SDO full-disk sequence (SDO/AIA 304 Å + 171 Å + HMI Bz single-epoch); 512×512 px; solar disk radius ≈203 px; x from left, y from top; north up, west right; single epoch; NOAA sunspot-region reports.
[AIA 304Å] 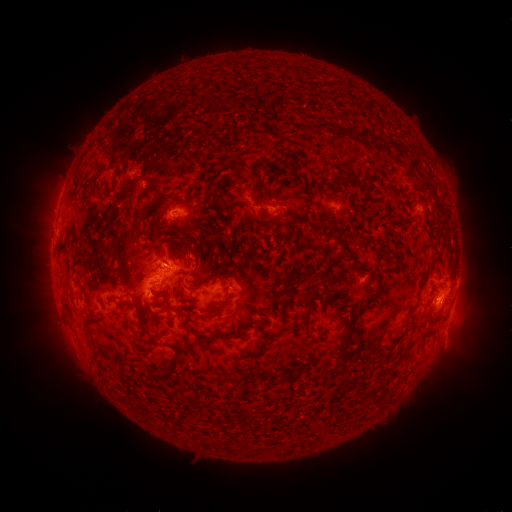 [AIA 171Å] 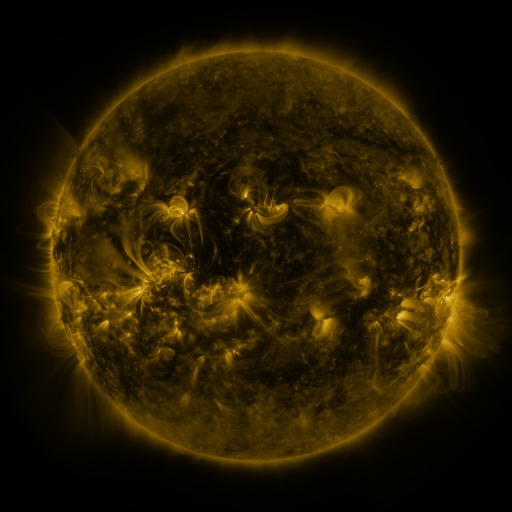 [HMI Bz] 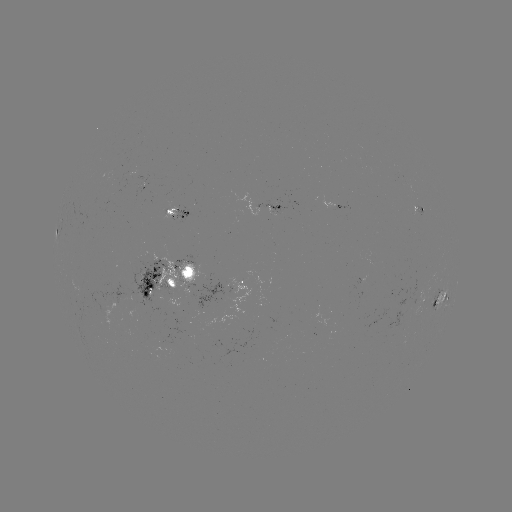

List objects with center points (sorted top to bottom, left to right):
spotted active region: (340, 205)
spotted active region: (277, 208)
spotted active region: (183, 212)
spotted active region: (170, 276)
spotted active region: (231, 282)
spotted active region: (443, 297)
spotted active region: (425, 298)
